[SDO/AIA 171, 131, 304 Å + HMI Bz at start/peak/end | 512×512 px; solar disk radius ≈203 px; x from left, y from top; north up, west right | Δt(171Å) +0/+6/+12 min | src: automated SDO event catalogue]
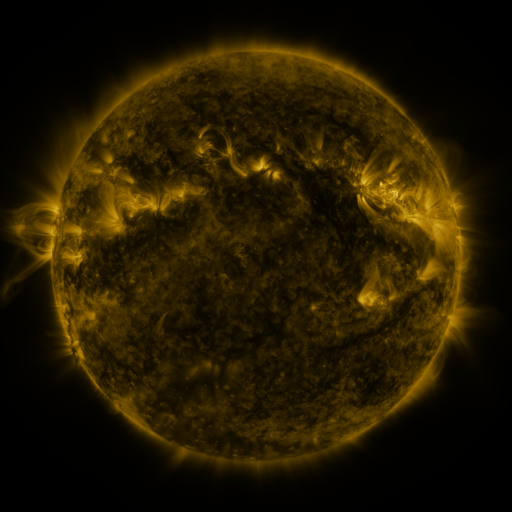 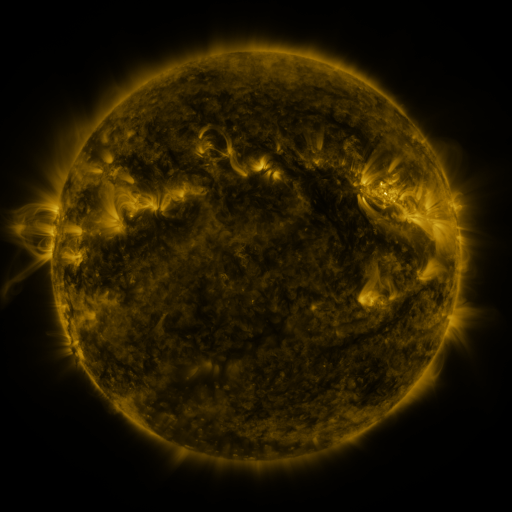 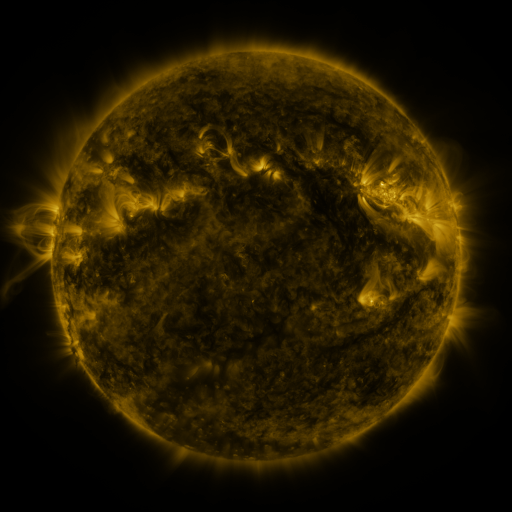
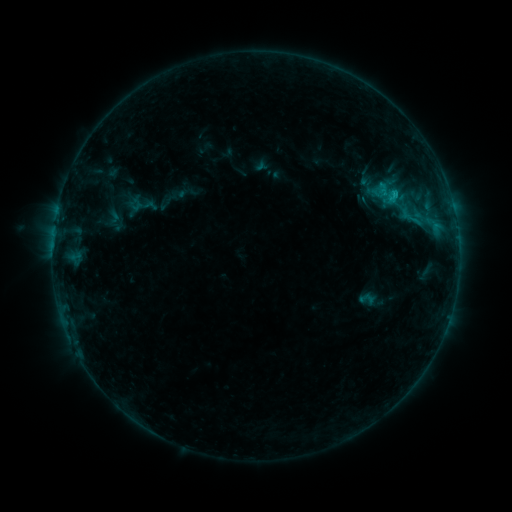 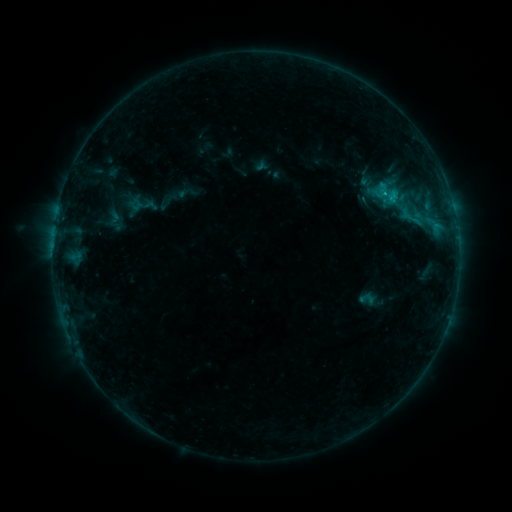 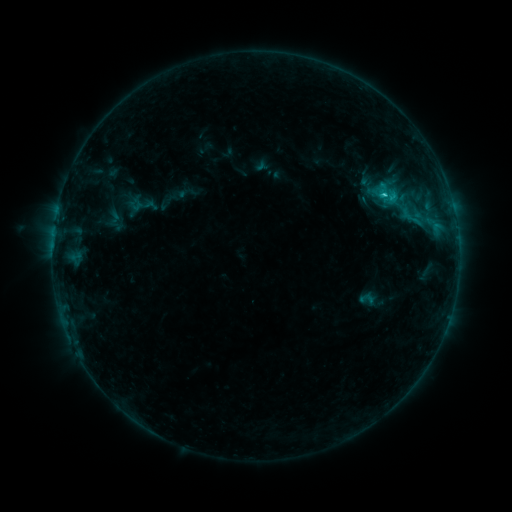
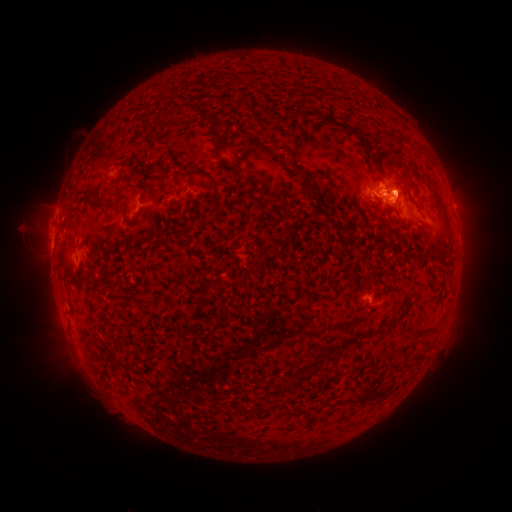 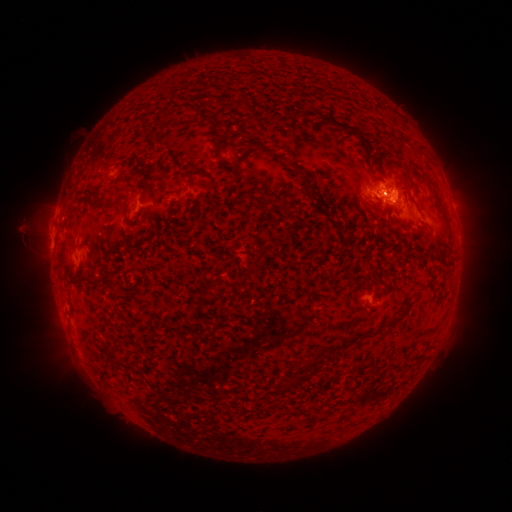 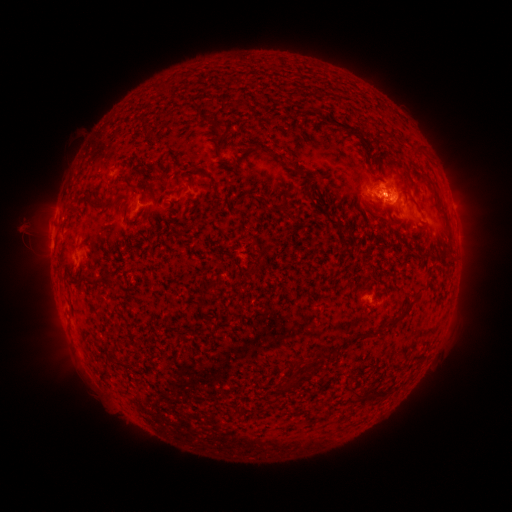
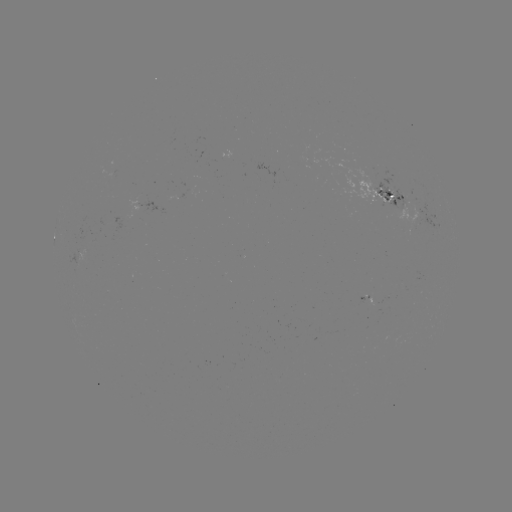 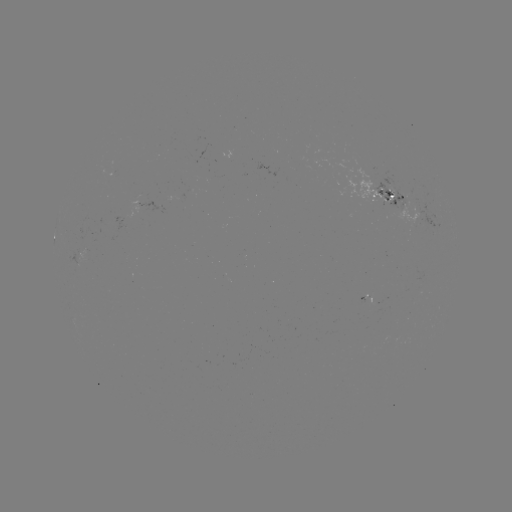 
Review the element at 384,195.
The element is C1.4 flare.